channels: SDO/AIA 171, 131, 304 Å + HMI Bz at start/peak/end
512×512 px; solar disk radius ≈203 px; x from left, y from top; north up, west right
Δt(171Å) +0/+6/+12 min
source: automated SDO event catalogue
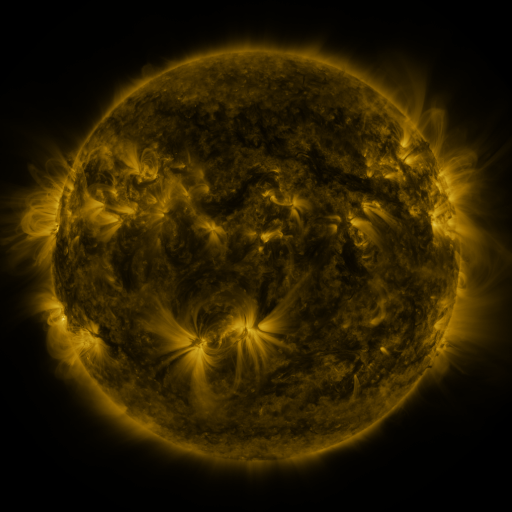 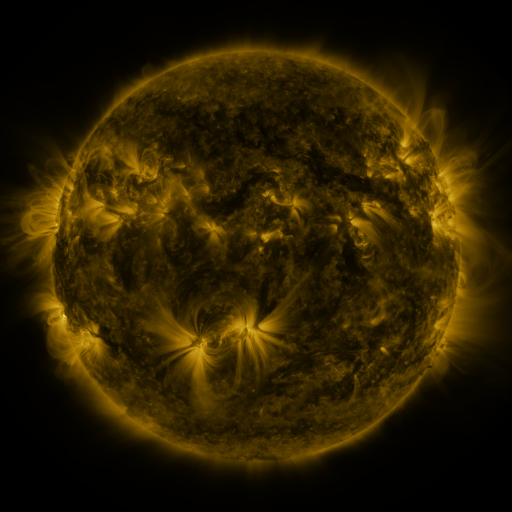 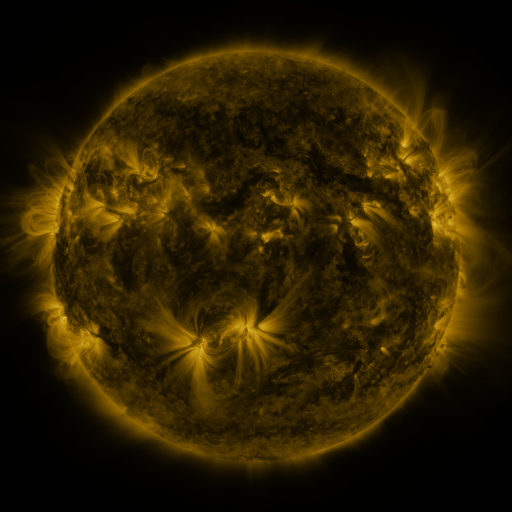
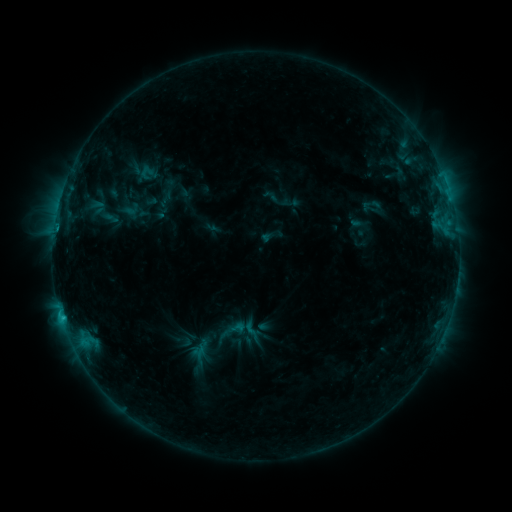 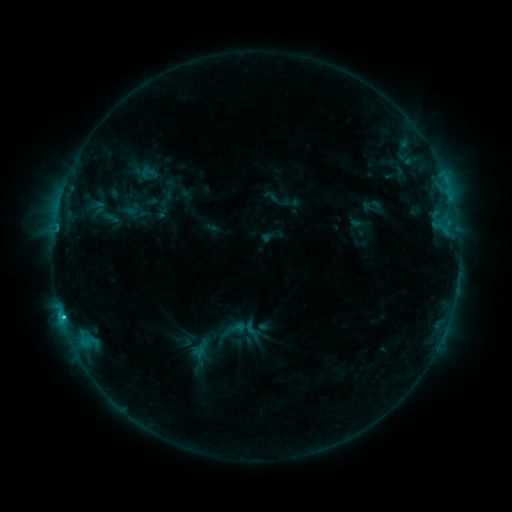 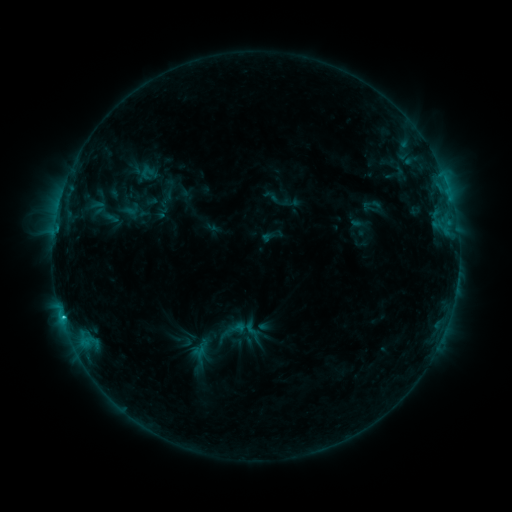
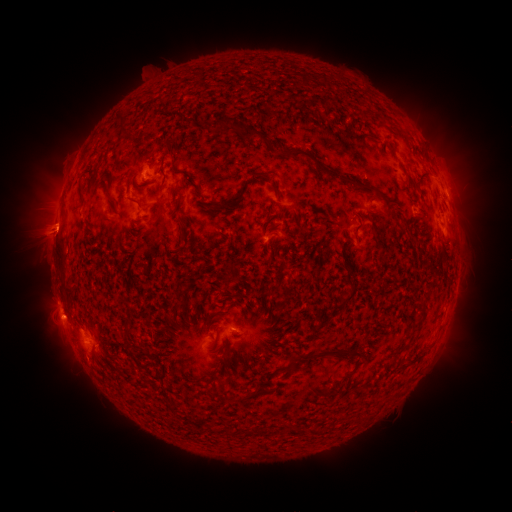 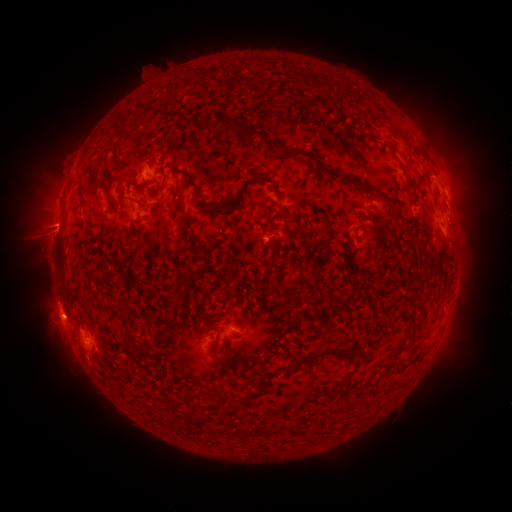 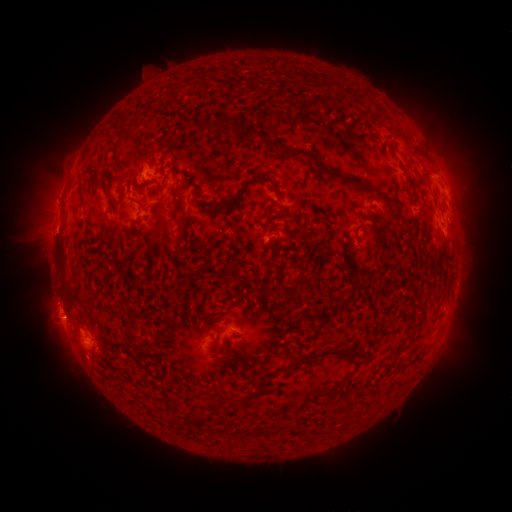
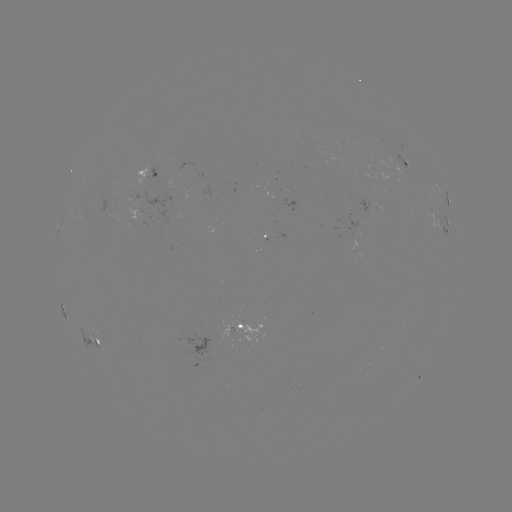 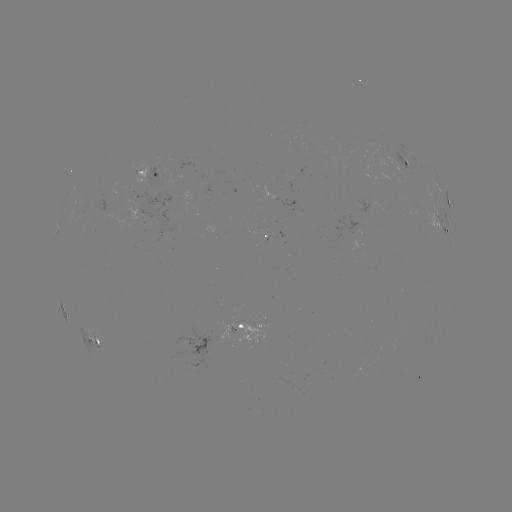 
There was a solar flare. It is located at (63, 313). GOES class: C1.7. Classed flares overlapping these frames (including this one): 1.